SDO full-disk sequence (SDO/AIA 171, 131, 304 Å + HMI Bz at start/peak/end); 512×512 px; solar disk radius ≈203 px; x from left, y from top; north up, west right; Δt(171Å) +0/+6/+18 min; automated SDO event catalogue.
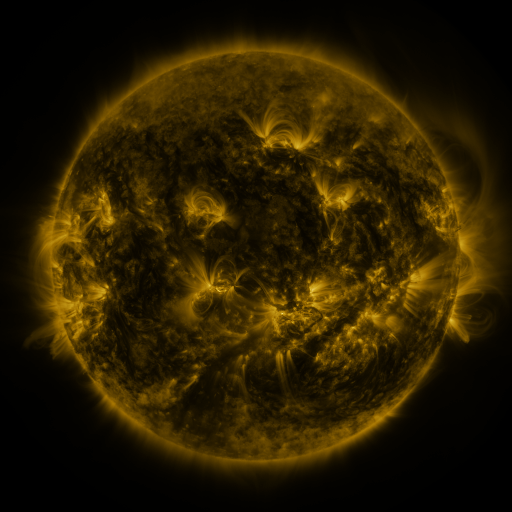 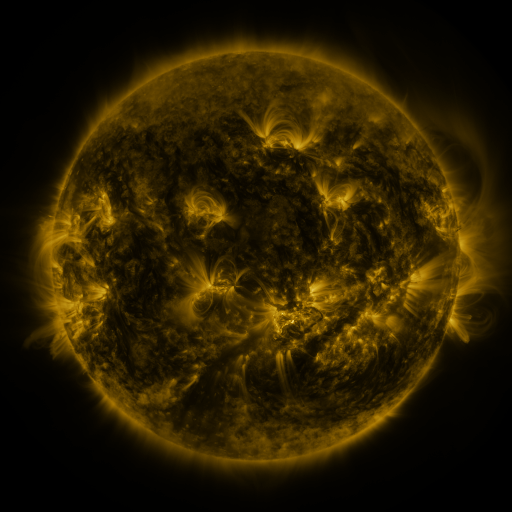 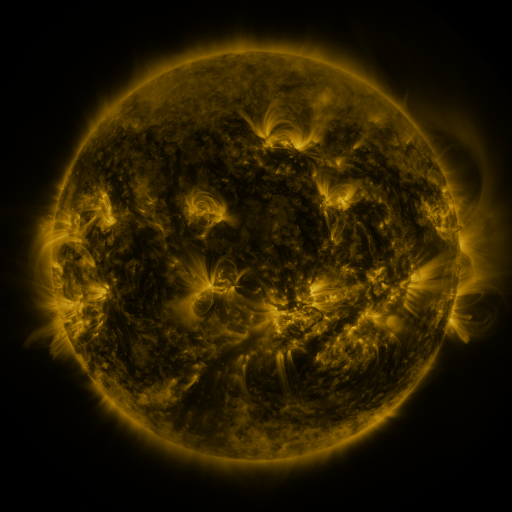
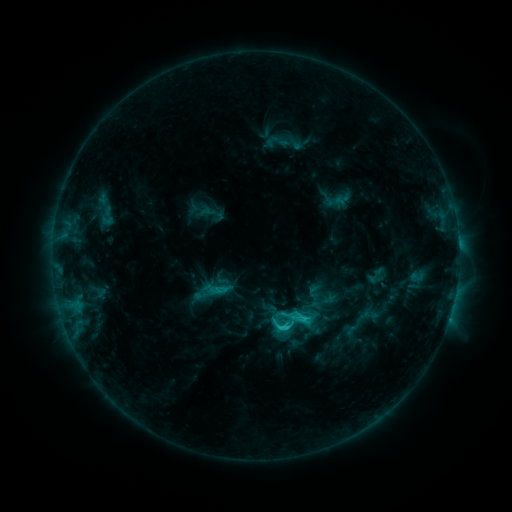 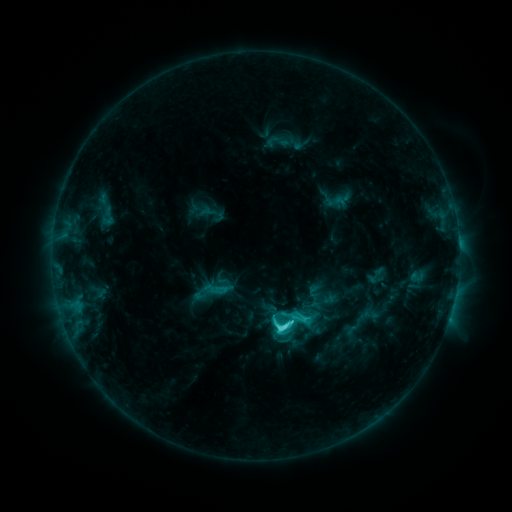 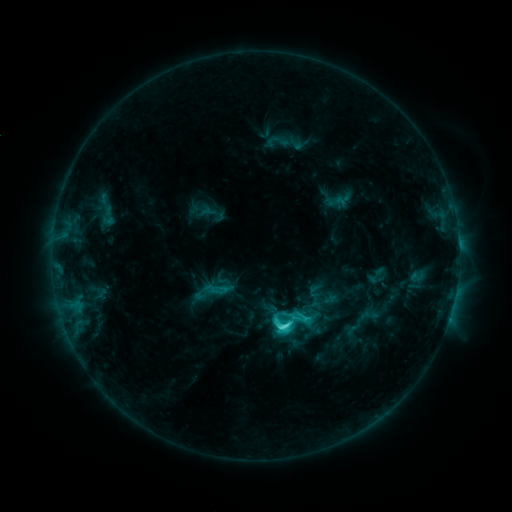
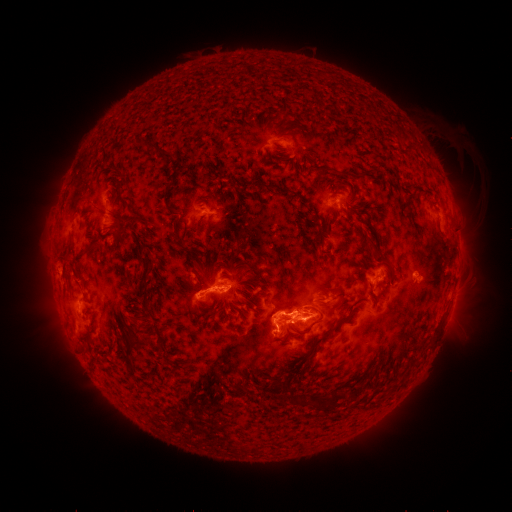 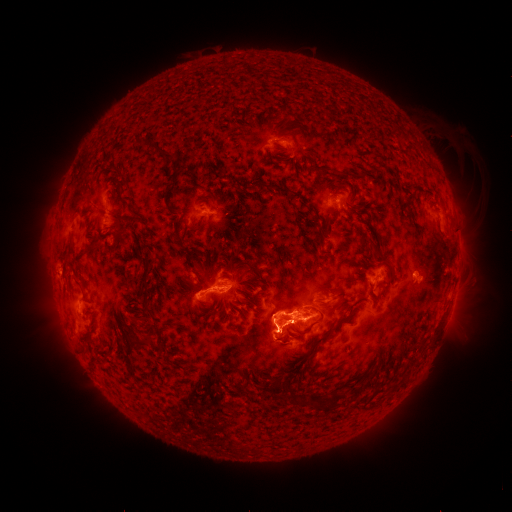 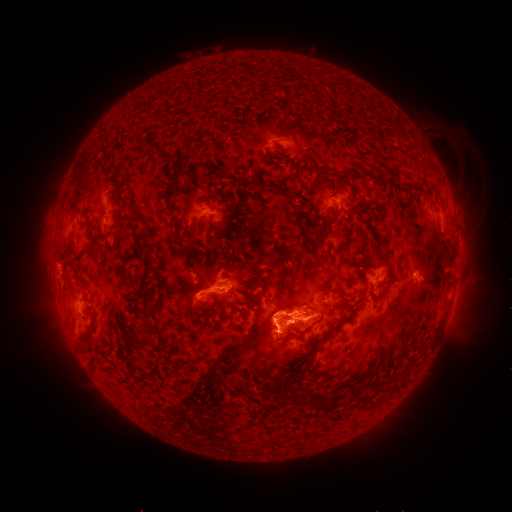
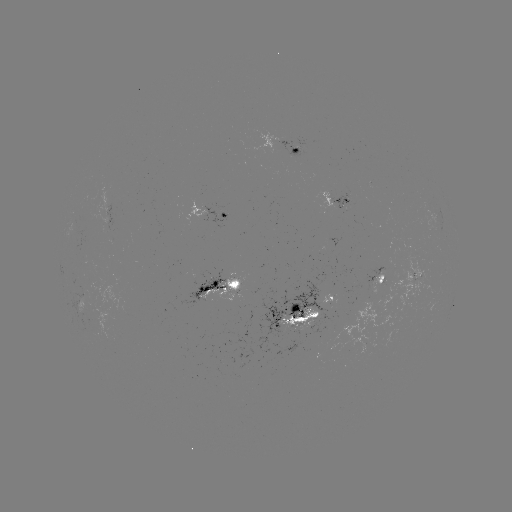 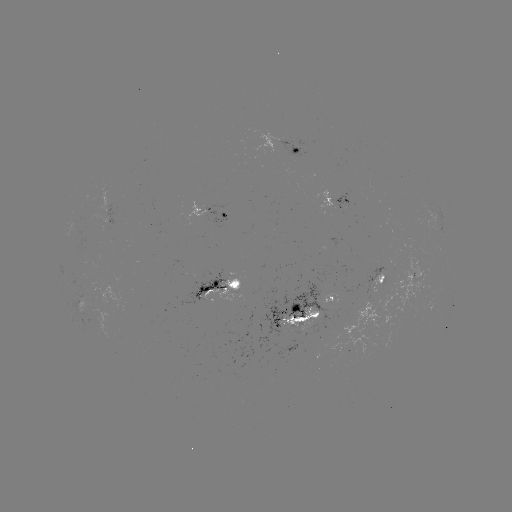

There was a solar flare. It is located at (279, 328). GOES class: C7.3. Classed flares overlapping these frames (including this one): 1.